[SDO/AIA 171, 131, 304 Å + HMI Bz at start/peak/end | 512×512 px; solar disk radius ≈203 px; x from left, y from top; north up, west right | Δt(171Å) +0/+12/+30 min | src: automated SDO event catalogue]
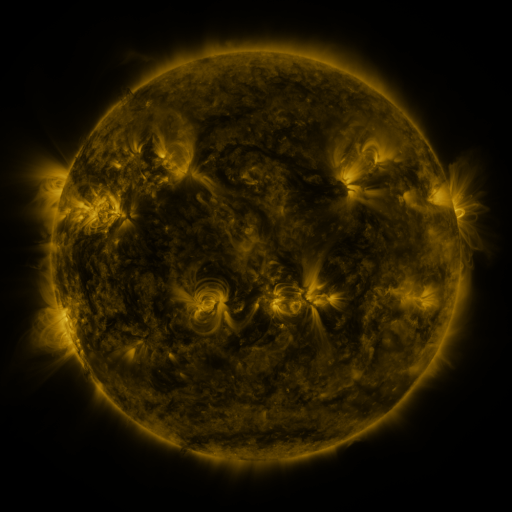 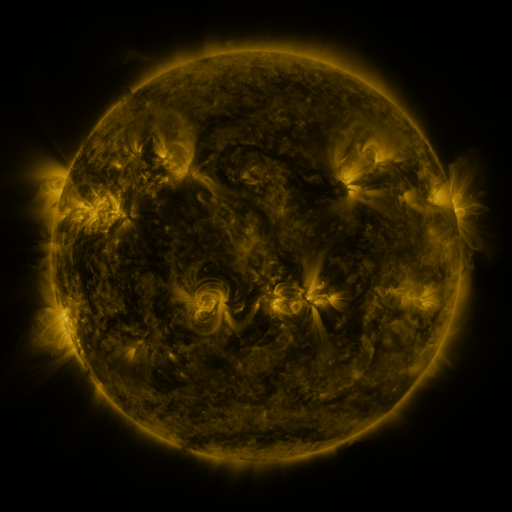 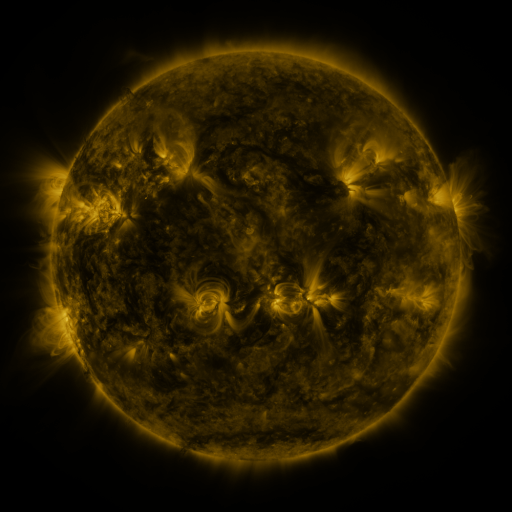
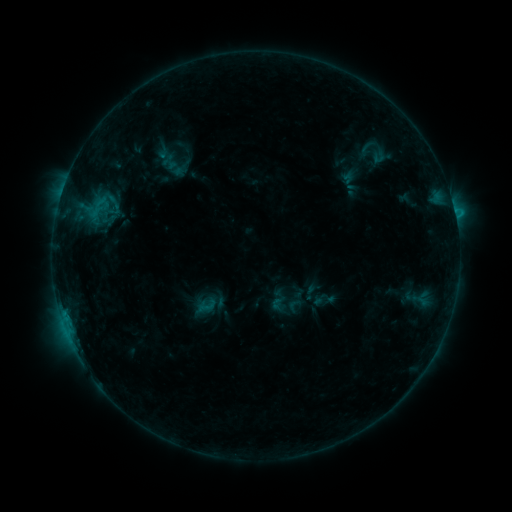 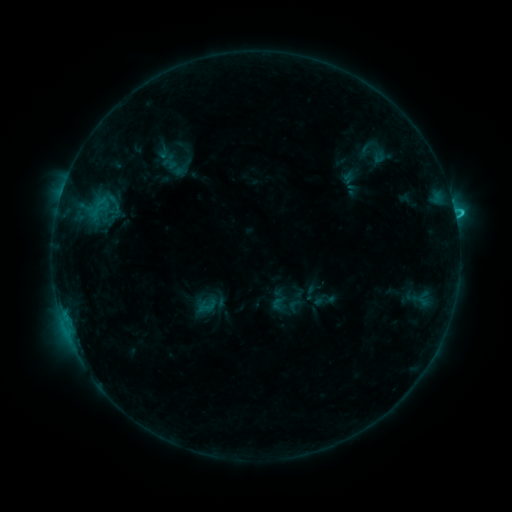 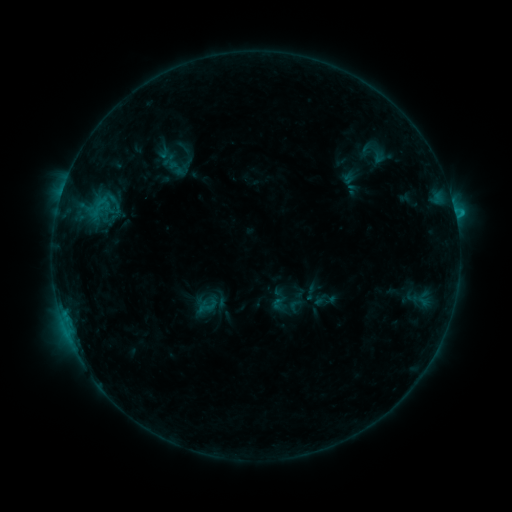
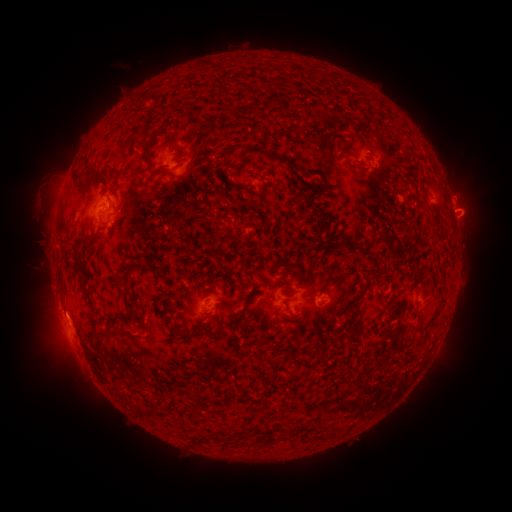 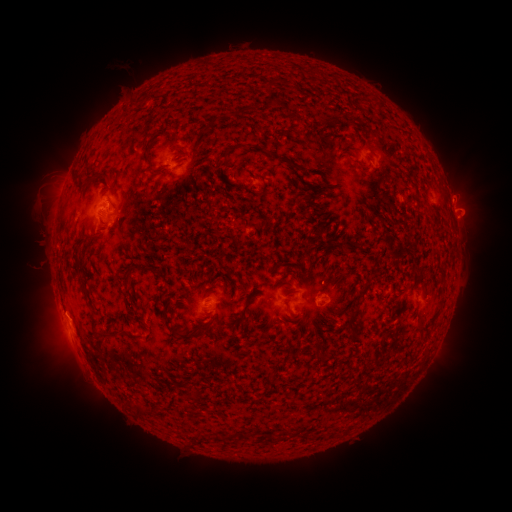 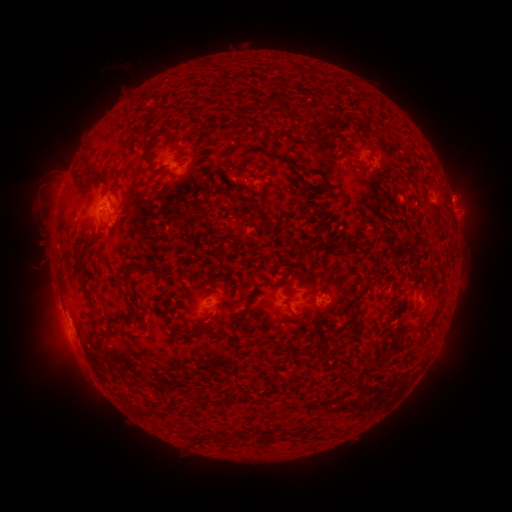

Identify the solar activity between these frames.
C1.3 flare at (455, 216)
